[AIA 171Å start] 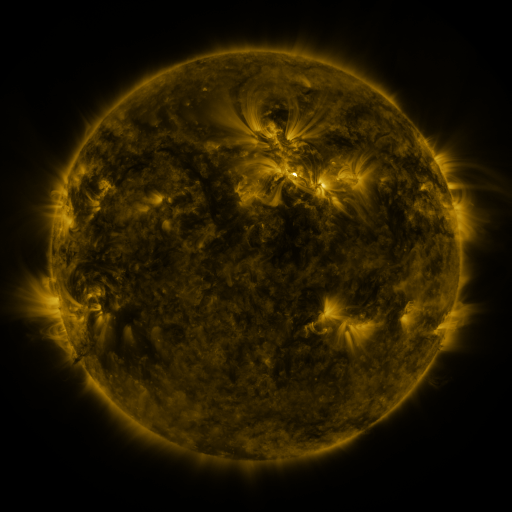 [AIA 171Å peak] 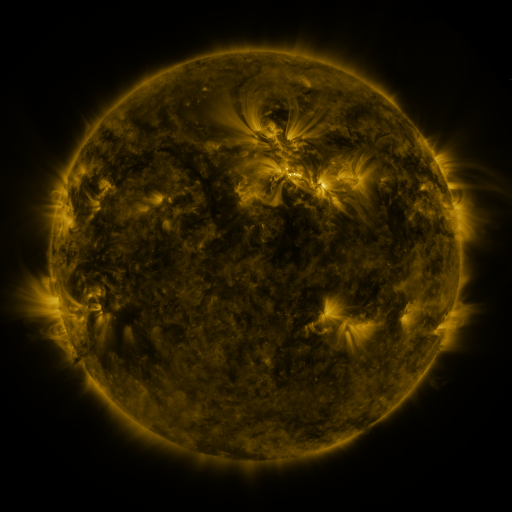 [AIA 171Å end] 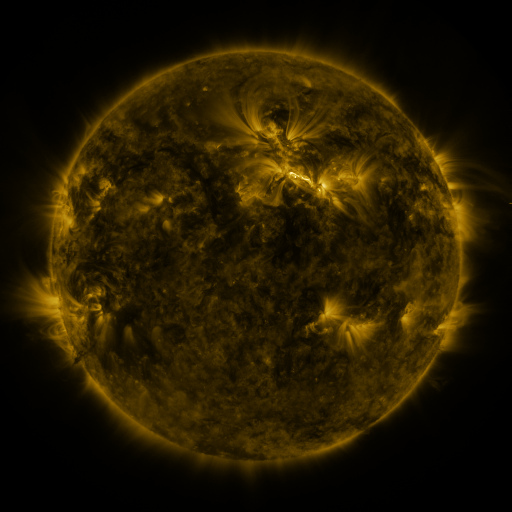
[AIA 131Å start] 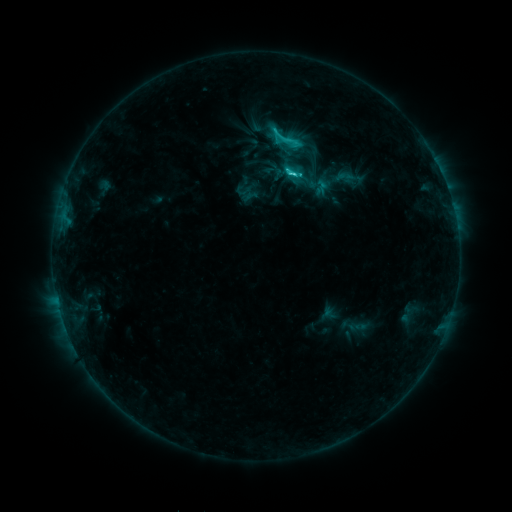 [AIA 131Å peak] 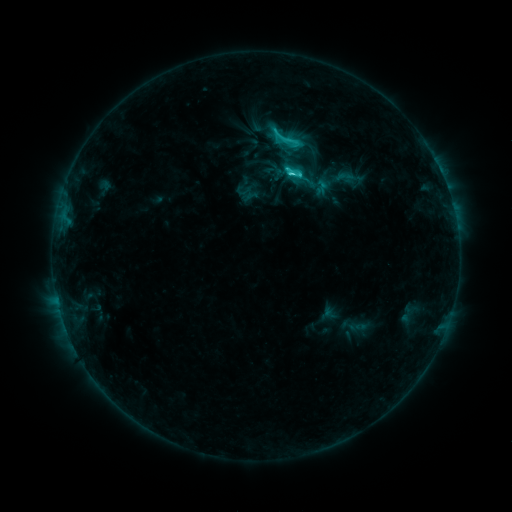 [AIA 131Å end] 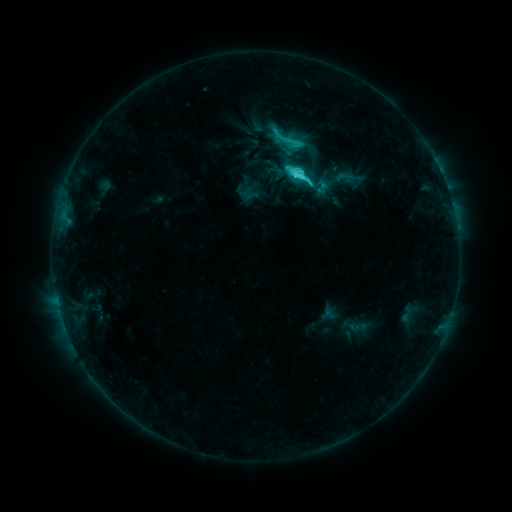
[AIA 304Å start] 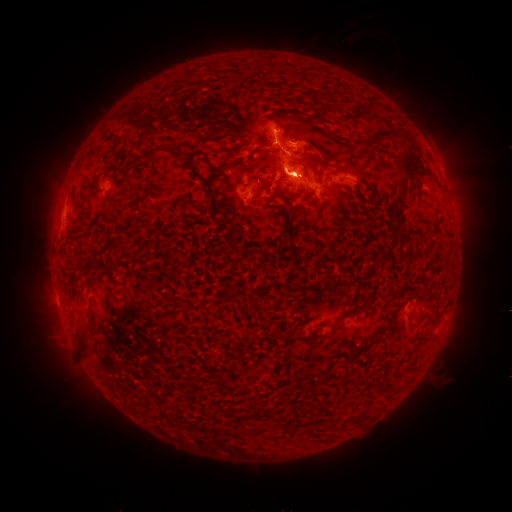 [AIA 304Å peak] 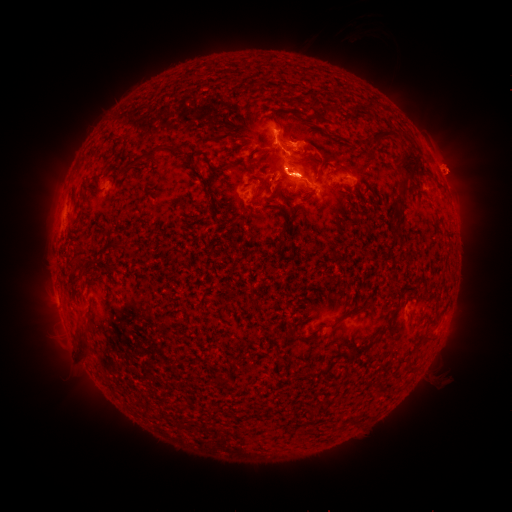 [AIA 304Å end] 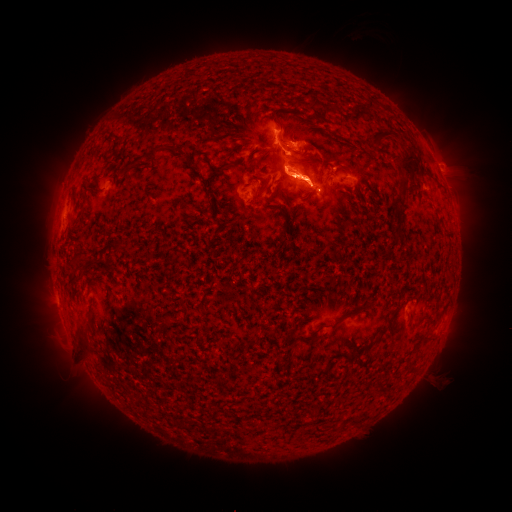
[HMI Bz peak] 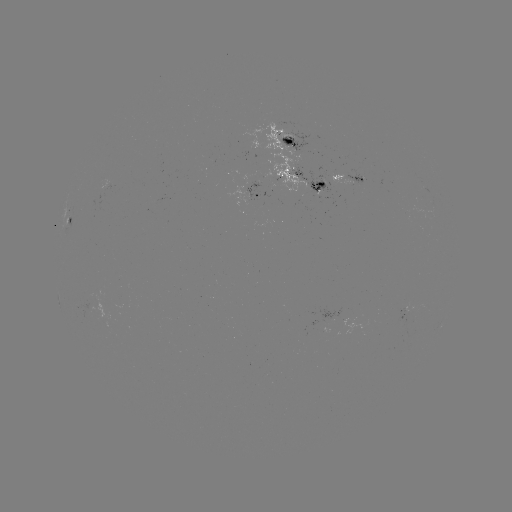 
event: eruption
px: (454, 171)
